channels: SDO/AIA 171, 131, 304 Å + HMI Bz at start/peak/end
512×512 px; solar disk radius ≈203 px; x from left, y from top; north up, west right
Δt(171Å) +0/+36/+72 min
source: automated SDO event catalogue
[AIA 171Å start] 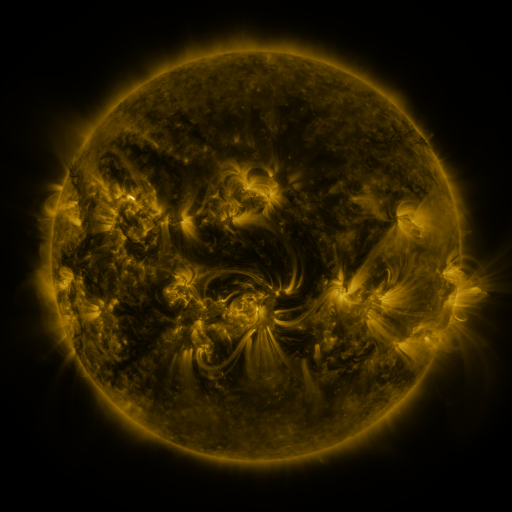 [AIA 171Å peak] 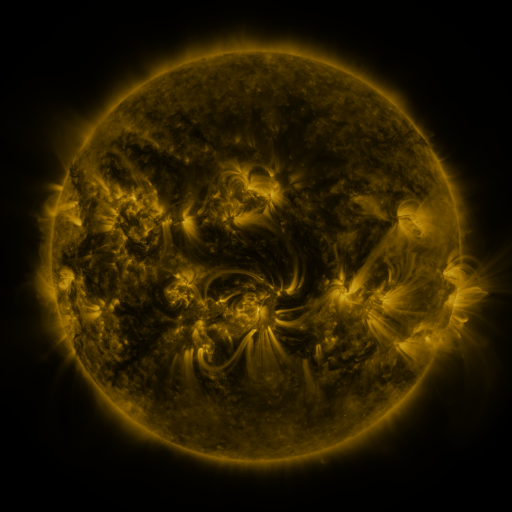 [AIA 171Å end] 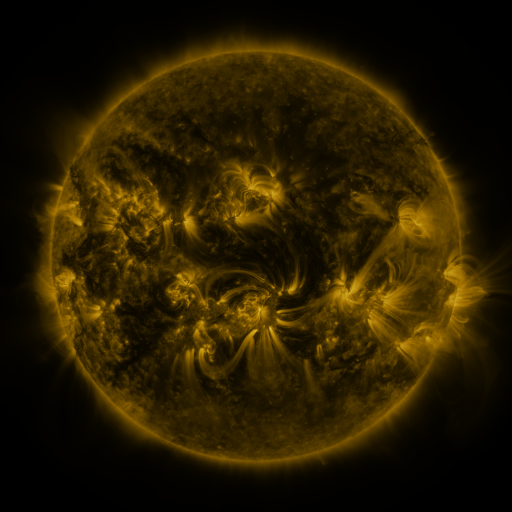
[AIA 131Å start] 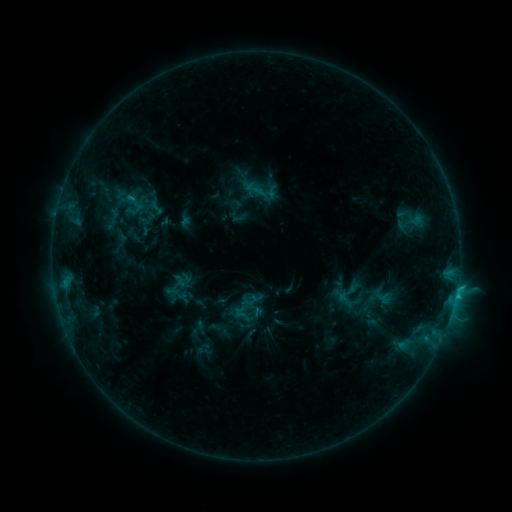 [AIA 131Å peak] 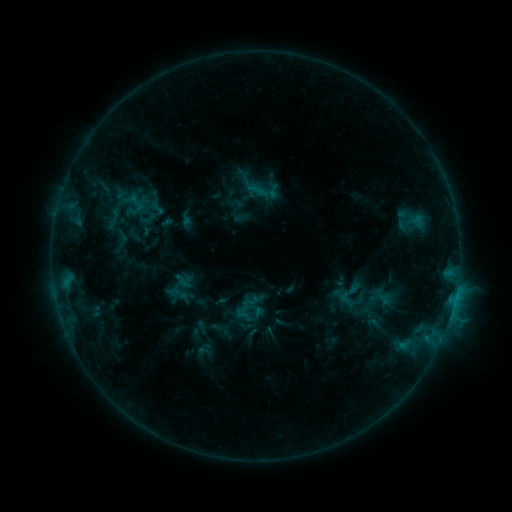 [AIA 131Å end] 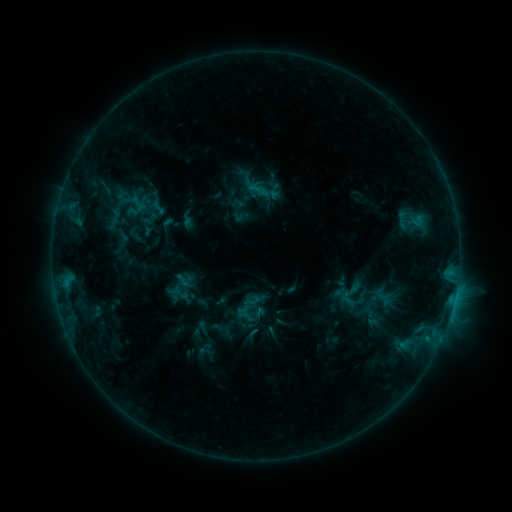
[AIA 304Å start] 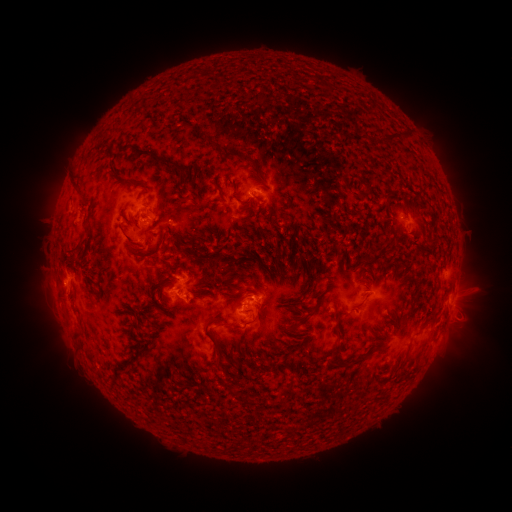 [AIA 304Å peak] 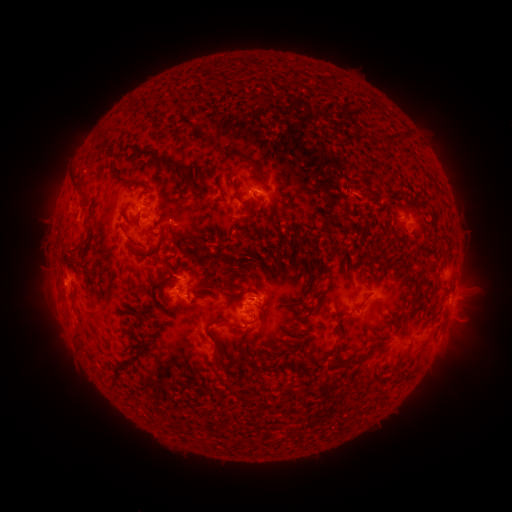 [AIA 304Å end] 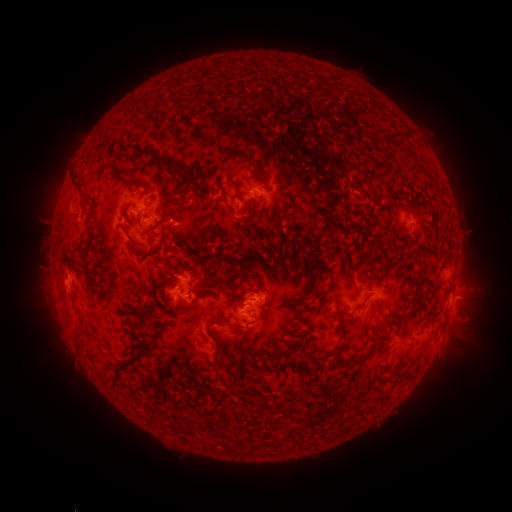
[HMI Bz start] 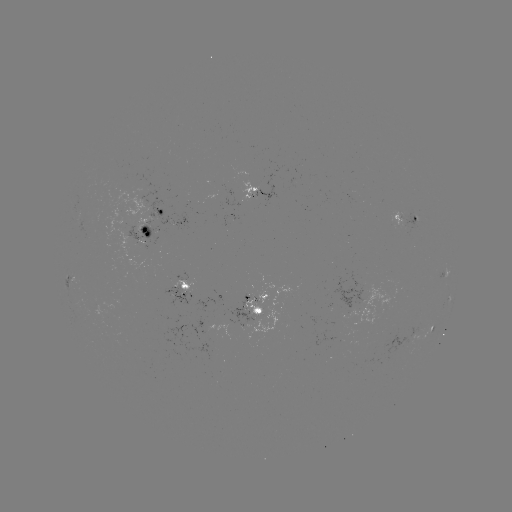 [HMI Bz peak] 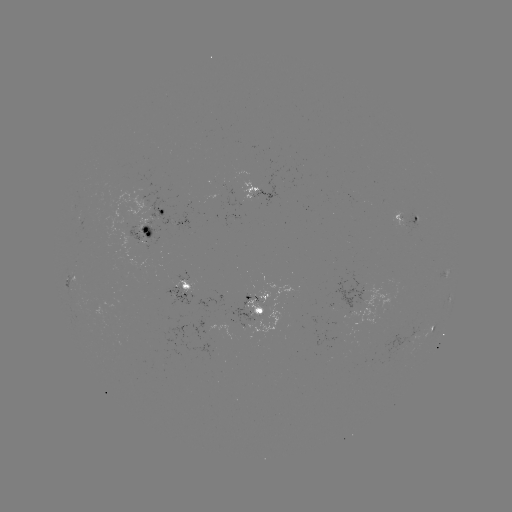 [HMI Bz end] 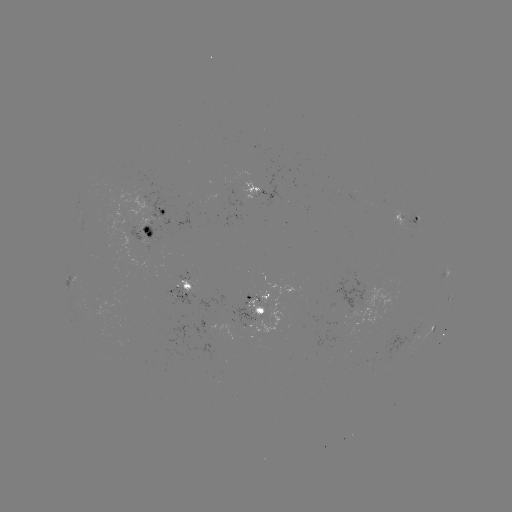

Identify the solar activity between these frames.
filament eruption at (357, 185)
